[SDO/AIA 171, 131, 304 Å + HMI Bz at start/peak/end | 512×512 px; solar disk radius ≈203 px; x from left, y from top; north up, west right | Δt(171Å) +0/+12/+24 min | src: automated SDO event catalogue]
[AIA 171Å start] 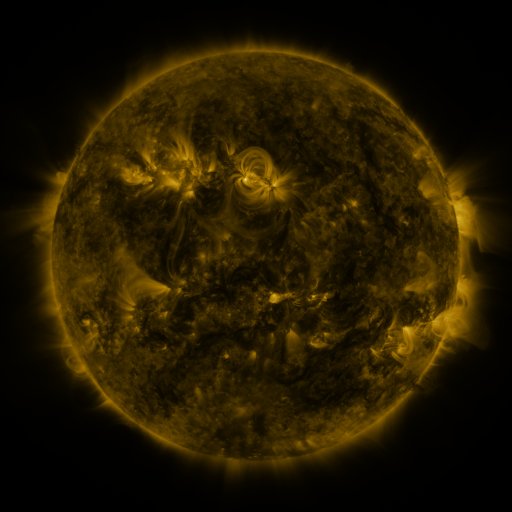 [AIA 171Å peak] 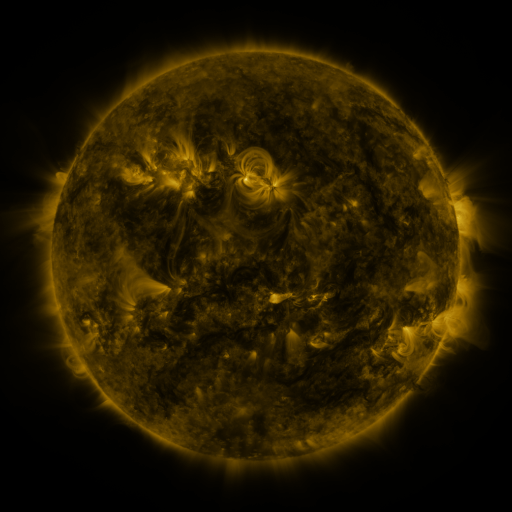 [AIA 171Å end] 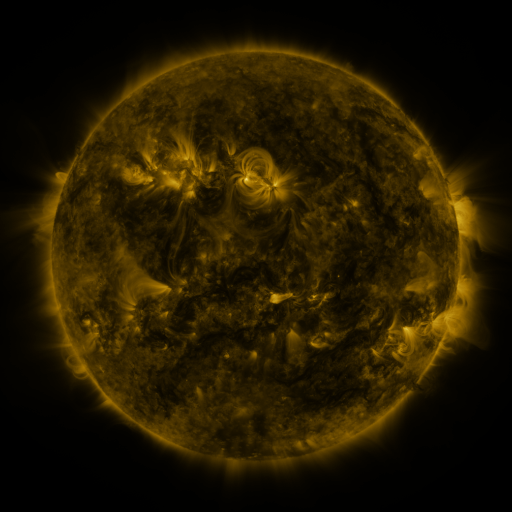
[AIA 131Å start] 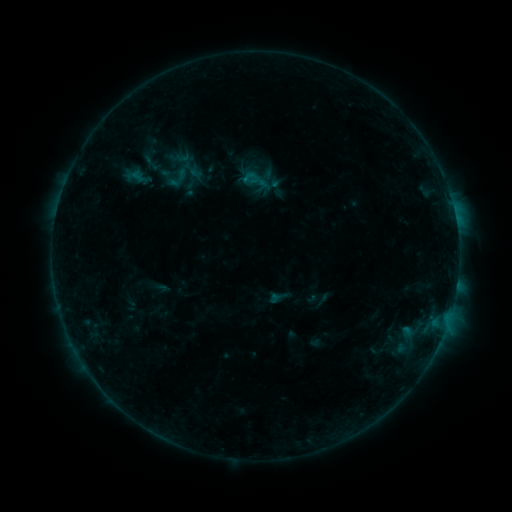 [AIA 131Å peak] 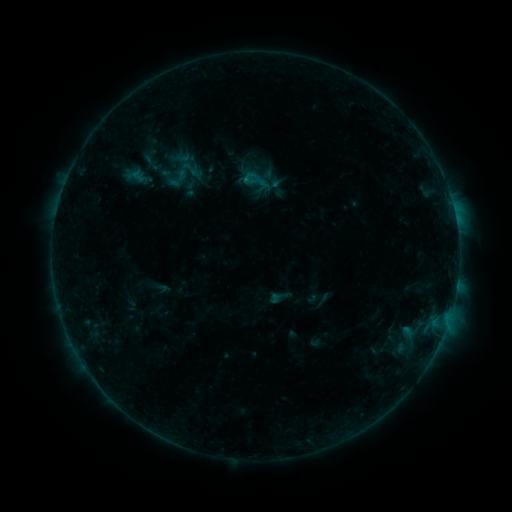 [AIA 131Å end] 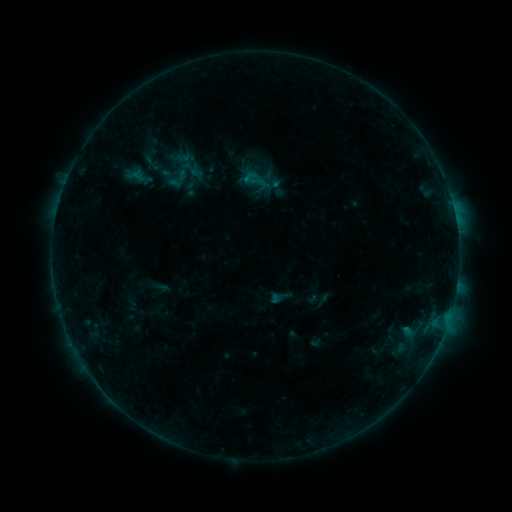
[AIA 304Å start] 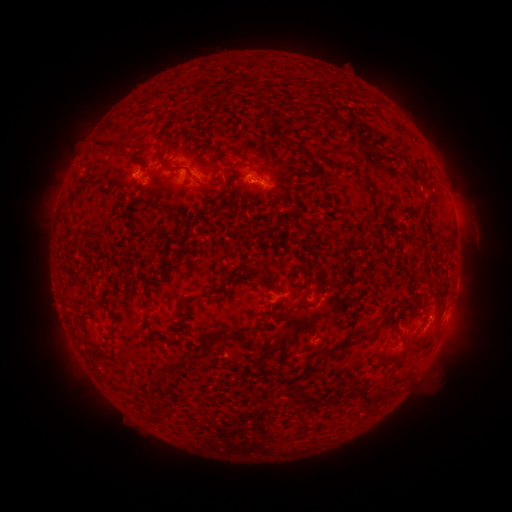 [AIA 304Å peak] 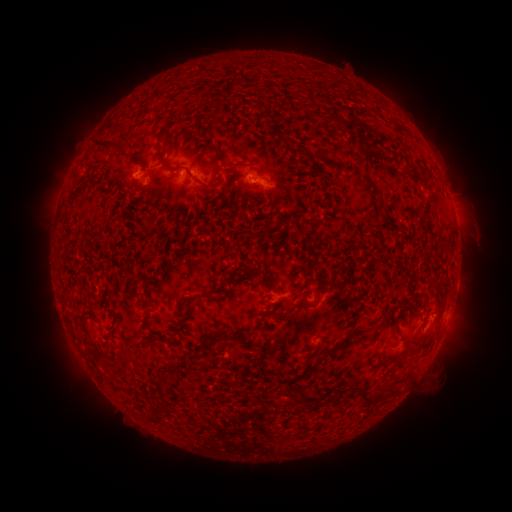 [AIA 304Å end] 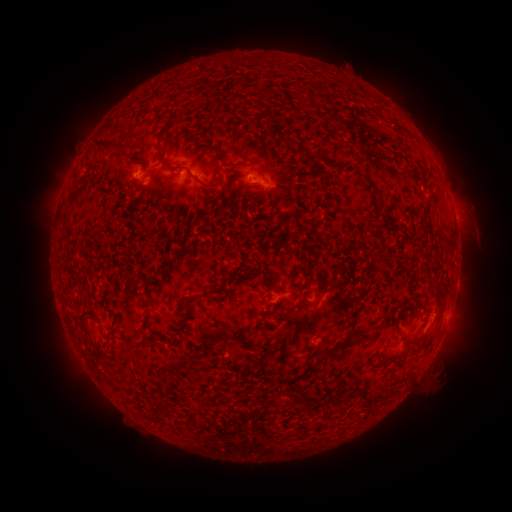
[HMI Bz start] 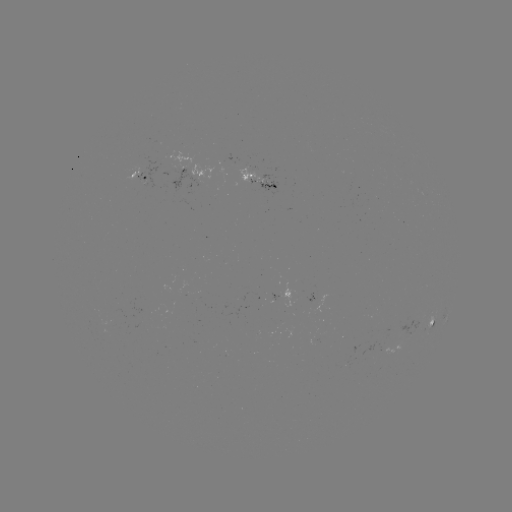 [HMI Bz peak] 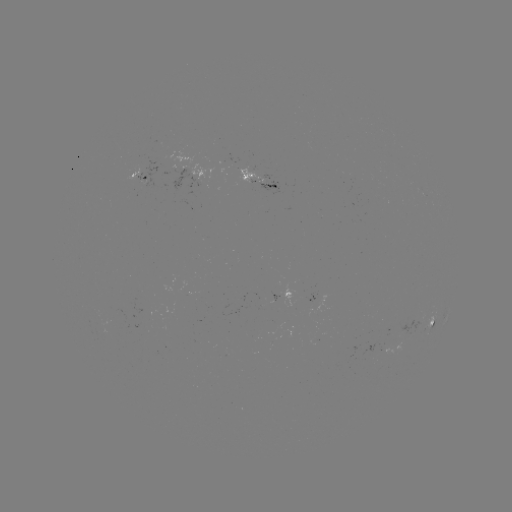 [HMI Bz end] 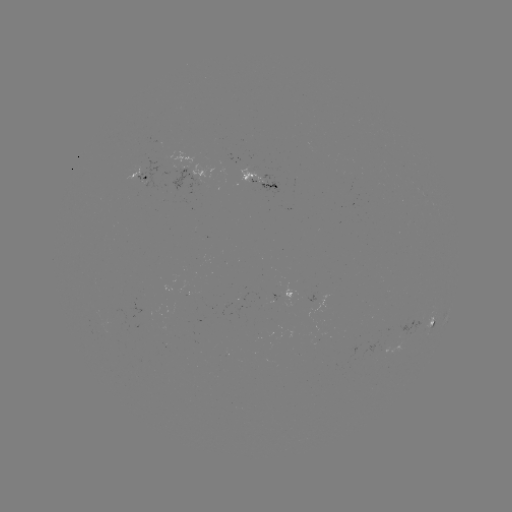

no catalogued flare and no flagged EUV brightening in this window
